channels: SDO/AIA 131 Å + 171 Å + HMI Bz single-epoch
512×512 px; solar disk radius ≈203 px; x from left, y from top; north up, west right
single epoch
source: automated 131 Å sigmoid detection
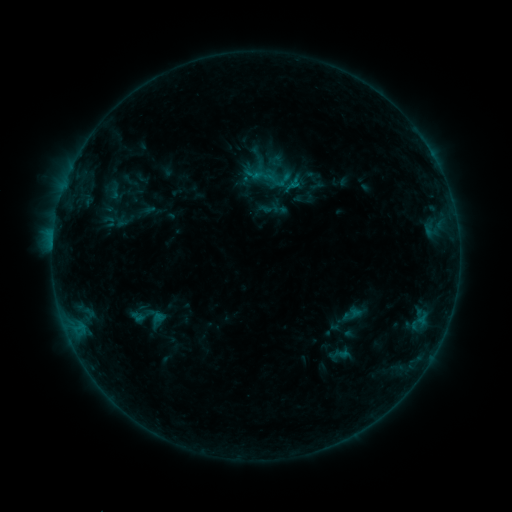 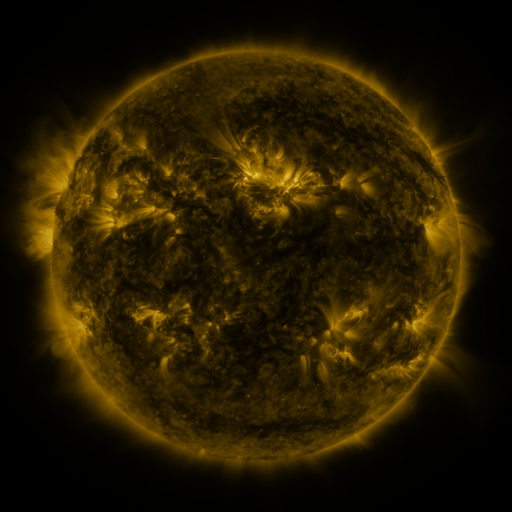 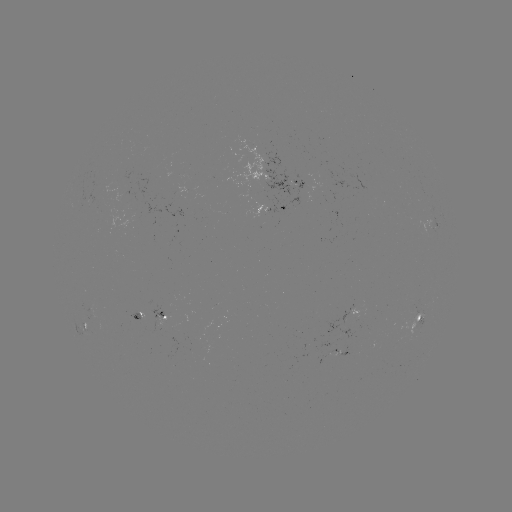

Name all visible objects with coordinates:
sigmoid: (270, 209)
sigmoid: (145, 318)
